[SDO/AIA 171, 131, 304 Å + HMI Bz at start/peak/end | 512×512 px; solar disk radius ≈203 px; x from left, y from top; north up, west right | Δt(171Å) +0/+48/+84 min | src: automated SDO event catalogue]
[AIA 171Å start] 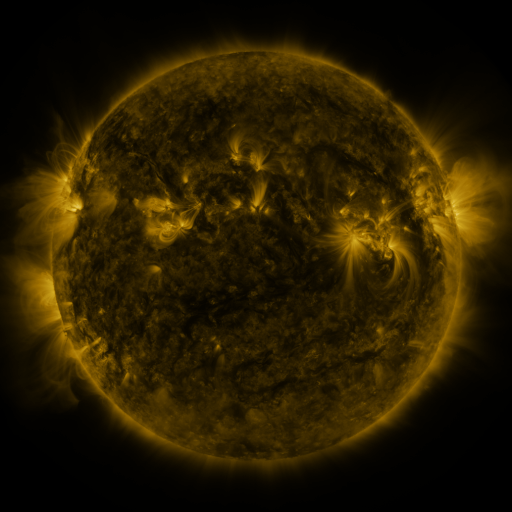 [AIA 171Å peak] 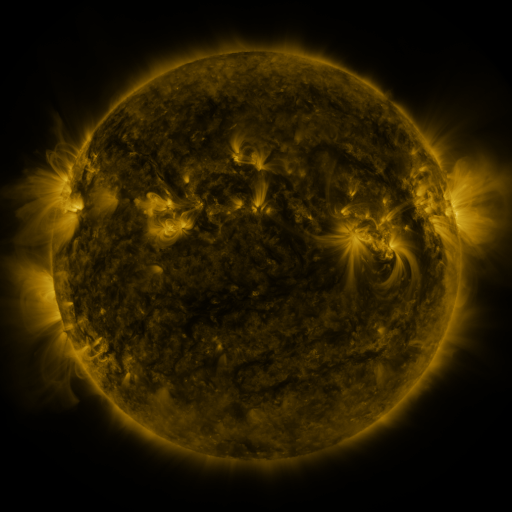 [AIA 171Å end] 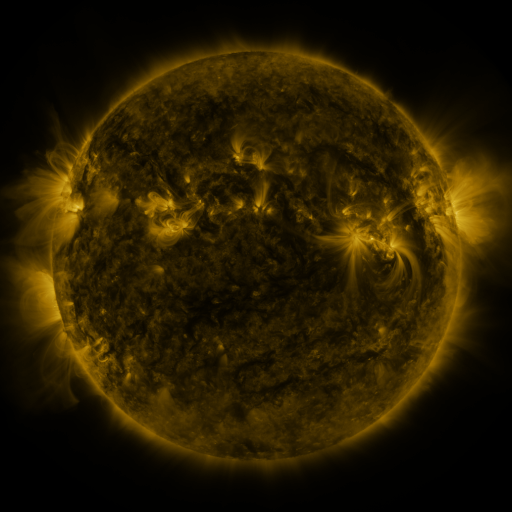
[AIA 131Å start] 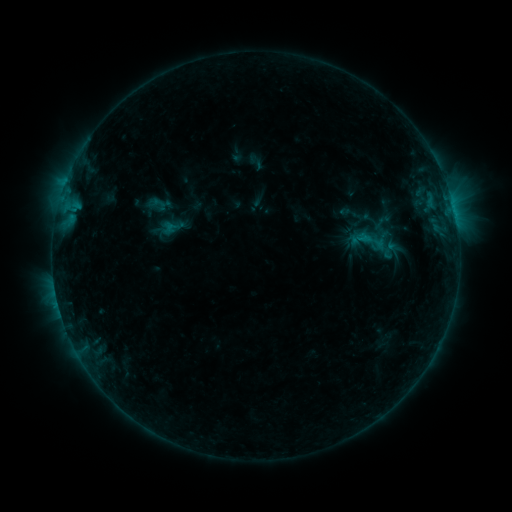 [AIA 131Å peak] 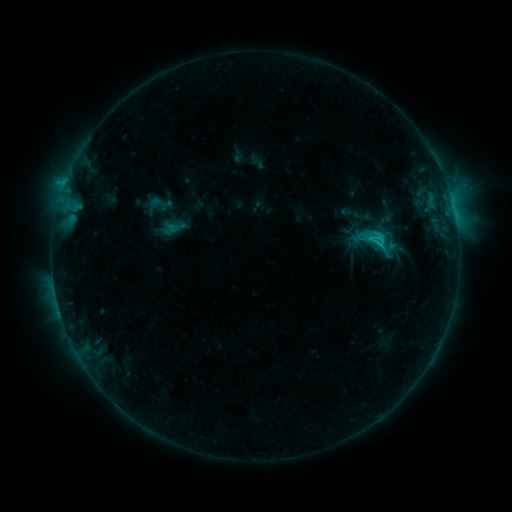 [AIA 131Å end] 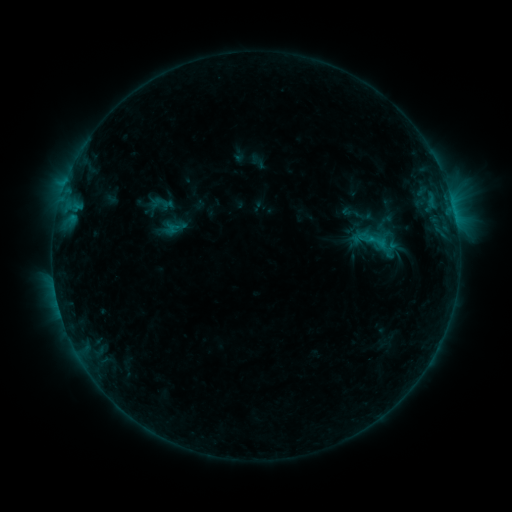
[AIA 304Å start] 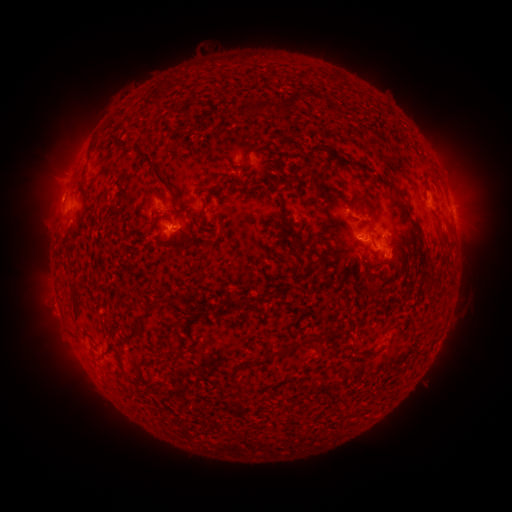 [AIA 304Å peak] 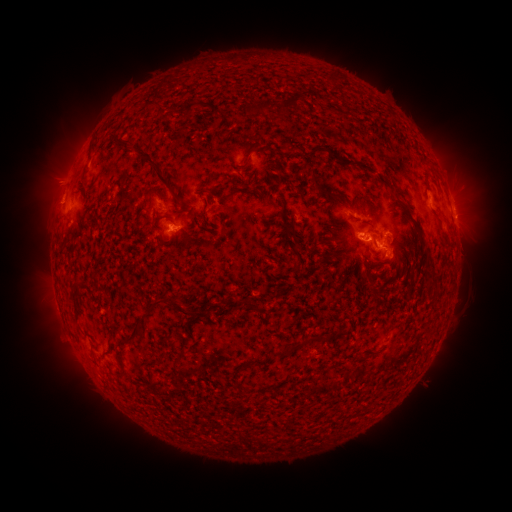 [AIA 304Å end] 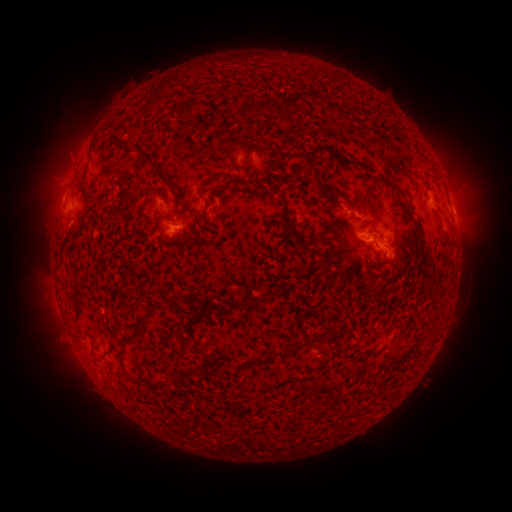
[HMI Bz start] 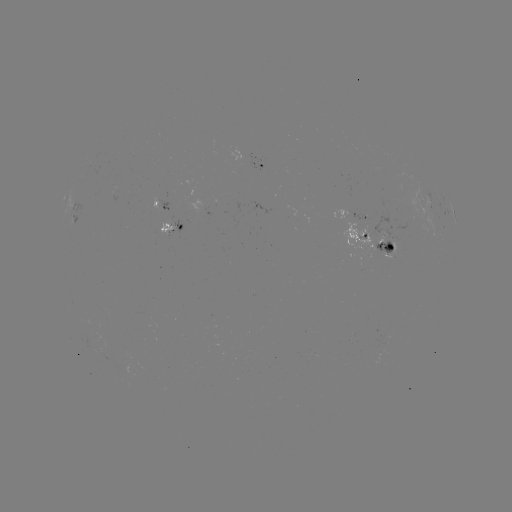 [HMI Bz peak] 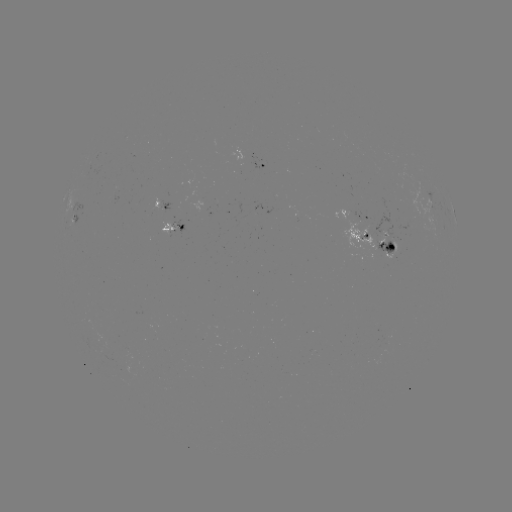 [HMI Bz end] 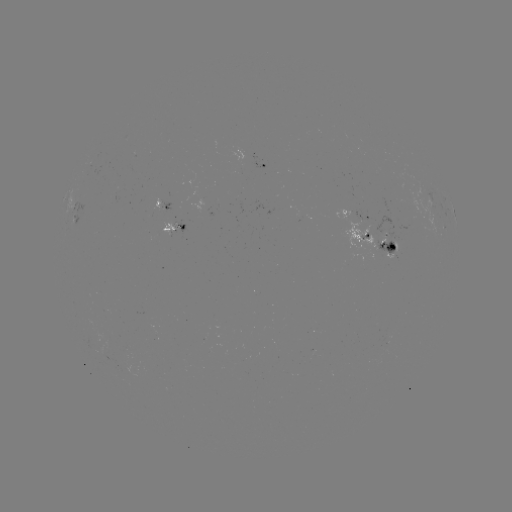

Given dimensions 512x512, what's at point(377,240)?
C2.3 flare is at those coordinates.